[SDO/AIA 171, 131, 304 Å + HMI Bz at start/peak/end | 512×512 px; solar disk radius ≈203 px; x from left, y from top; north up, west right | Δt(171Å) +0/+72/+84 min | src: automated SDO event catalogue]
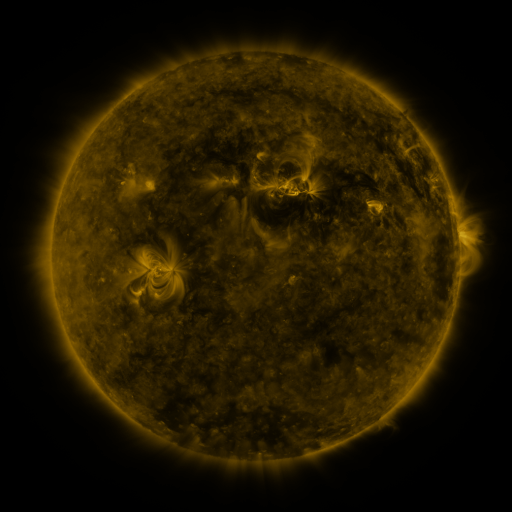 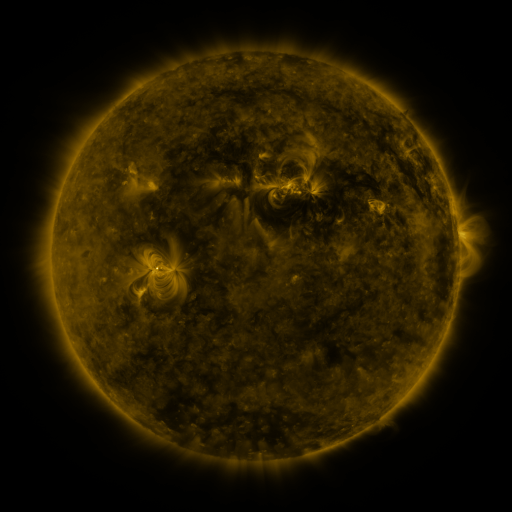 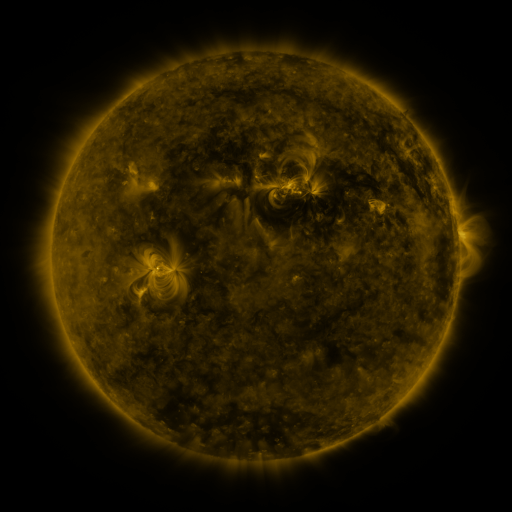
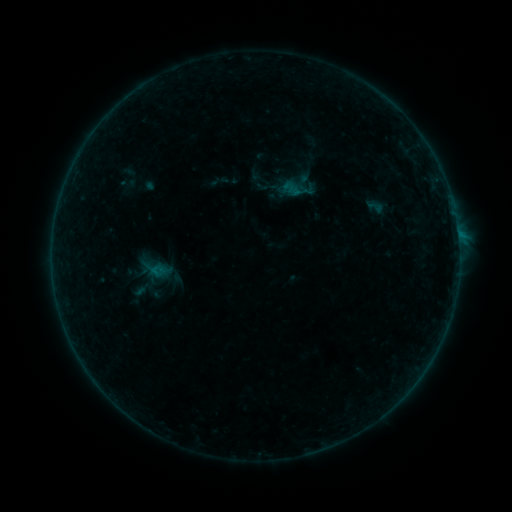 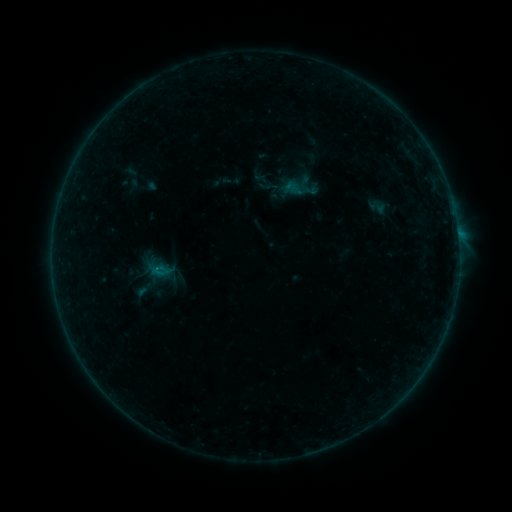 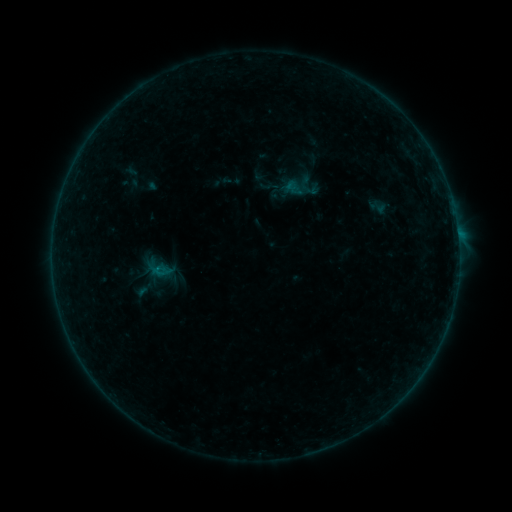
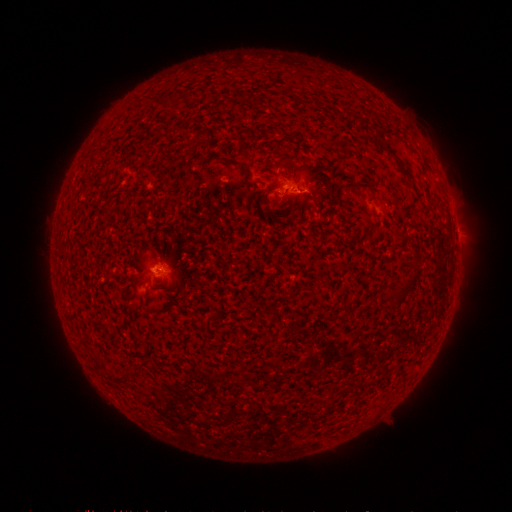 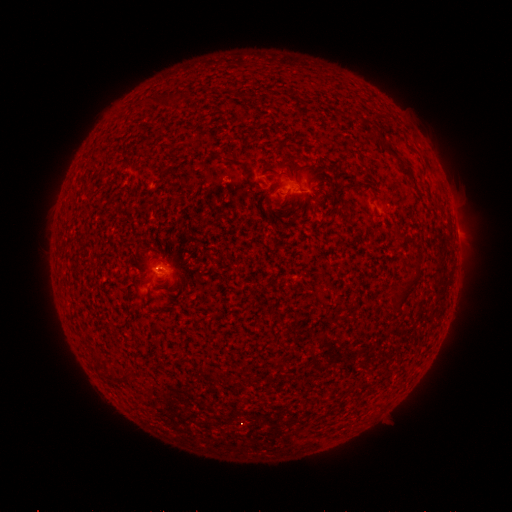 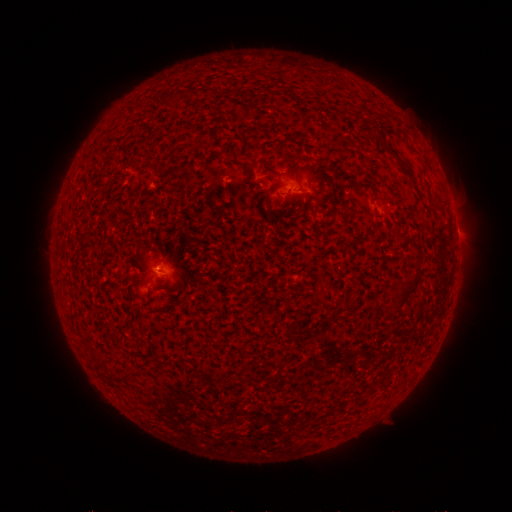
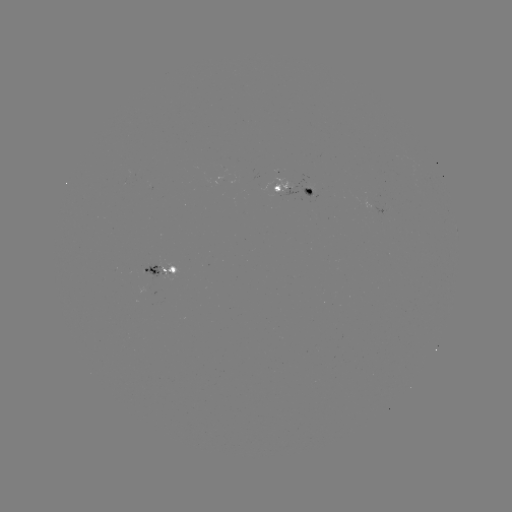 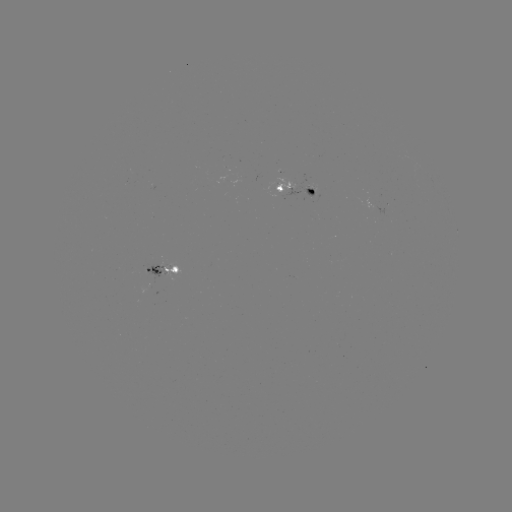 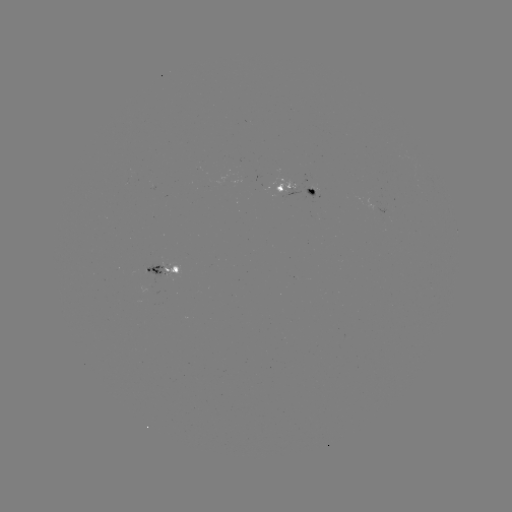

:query emerging-flux region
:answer (158, 272)